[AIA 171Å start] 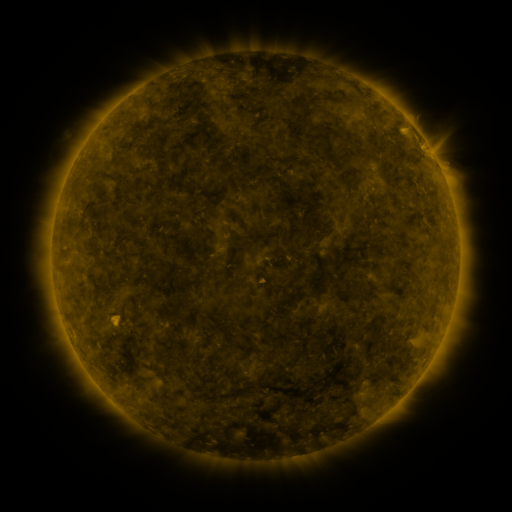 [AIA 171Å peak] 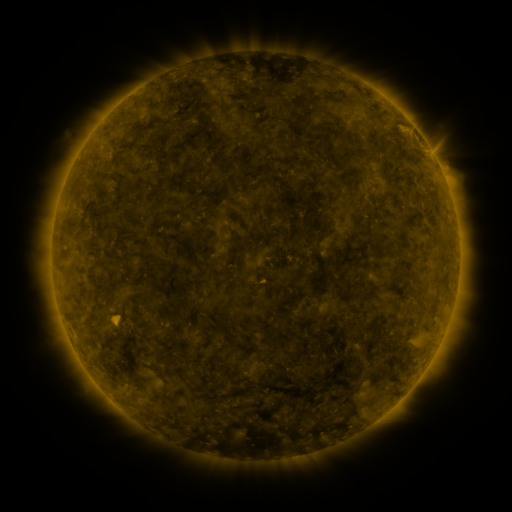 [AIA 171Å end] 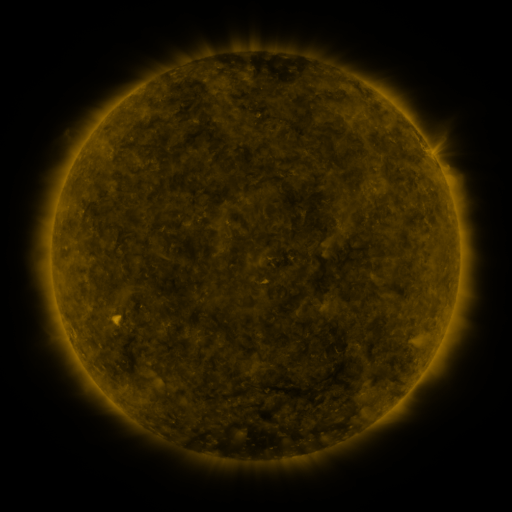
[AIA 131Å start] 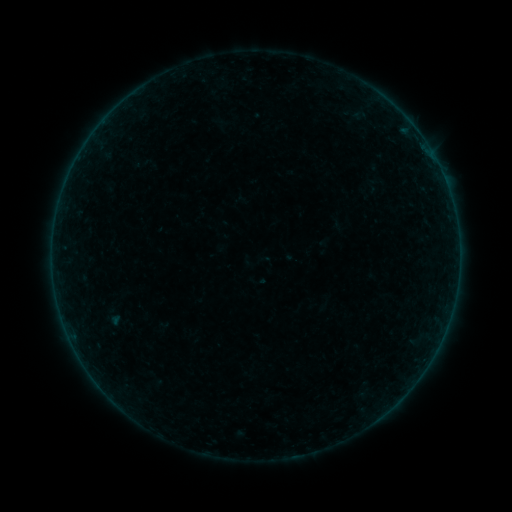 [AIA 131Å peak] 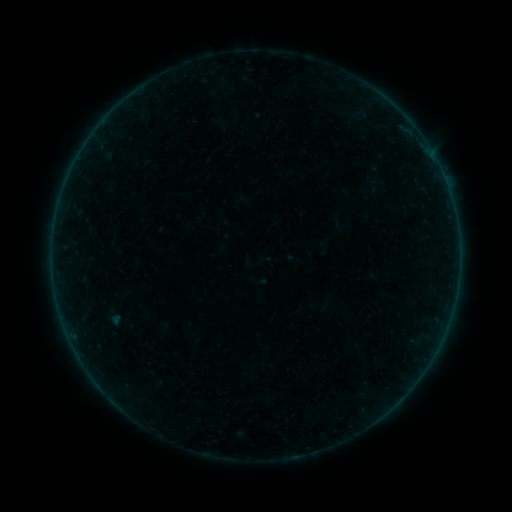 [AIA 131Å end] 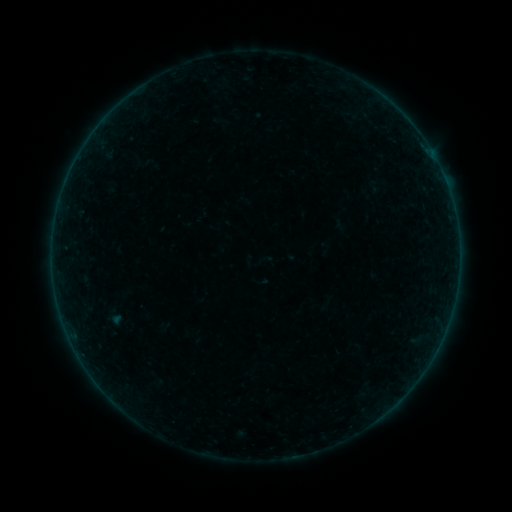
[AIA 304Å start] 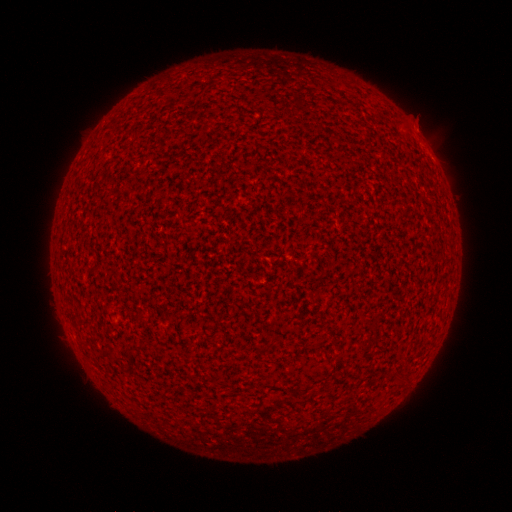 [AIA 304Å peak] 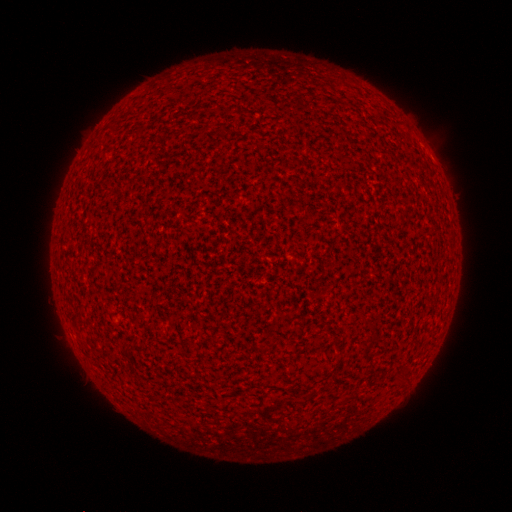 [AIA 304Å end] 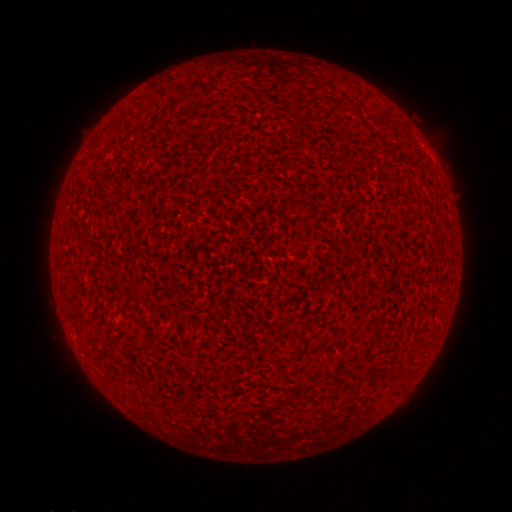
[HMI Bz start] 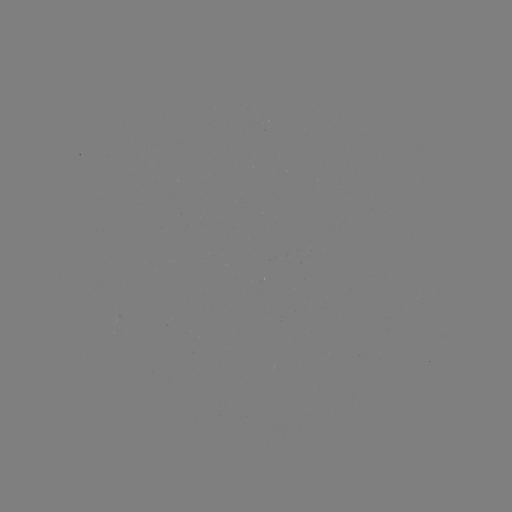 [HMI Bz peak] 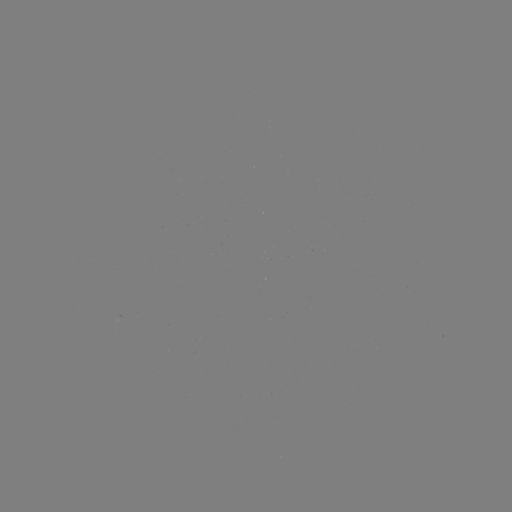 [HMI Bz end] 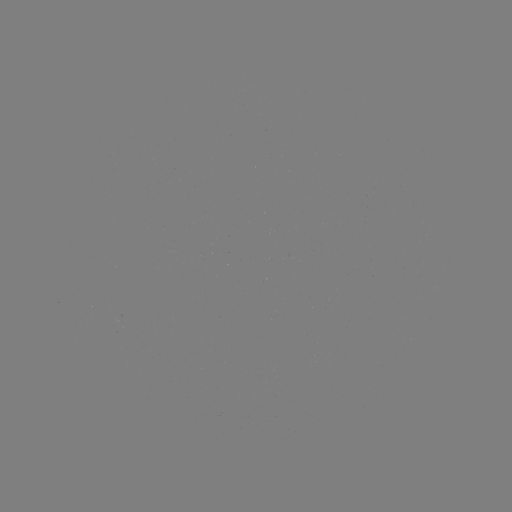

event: flare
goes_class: A2.7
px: (431, 153)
